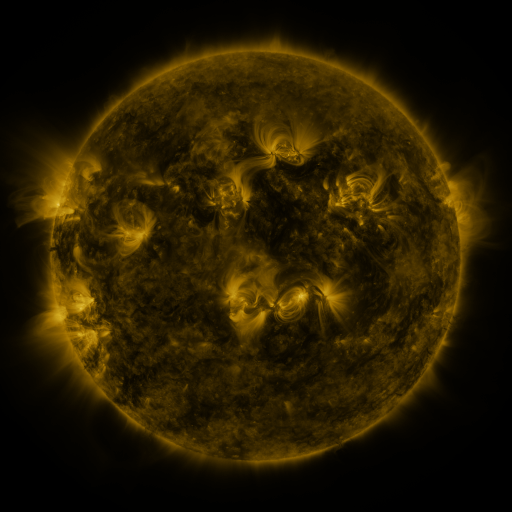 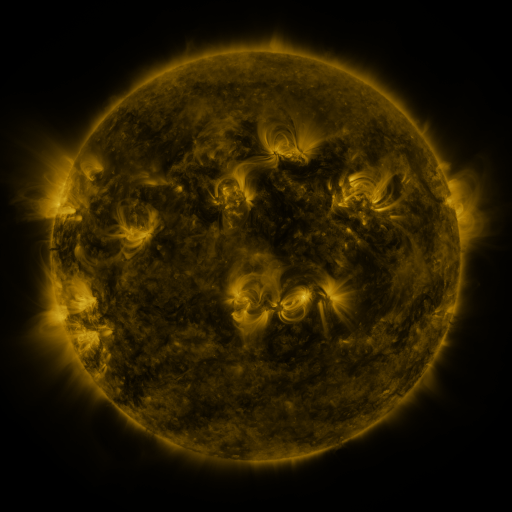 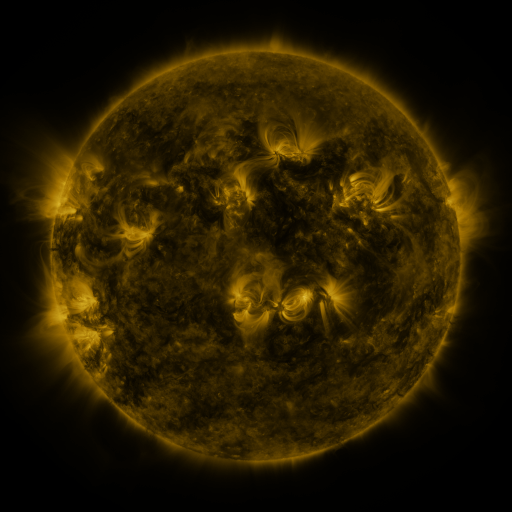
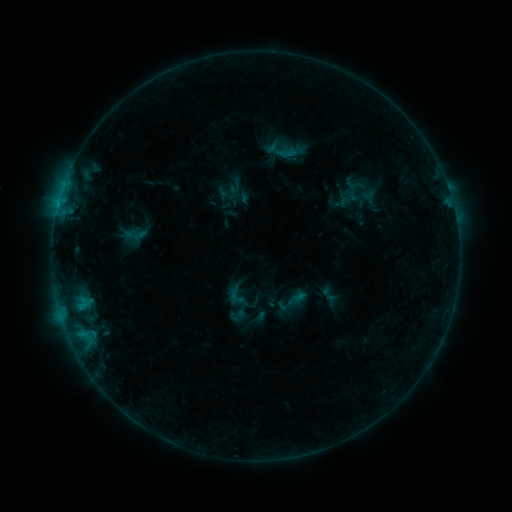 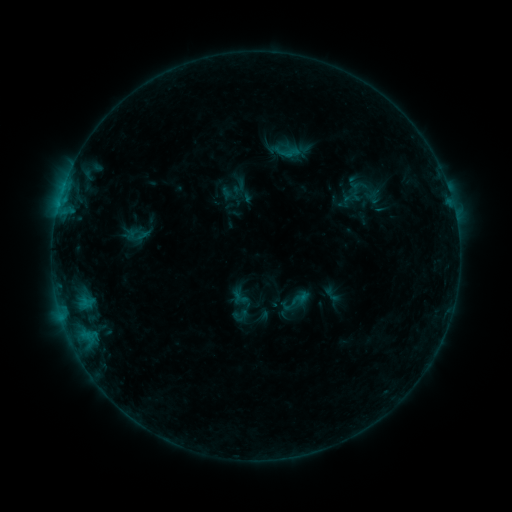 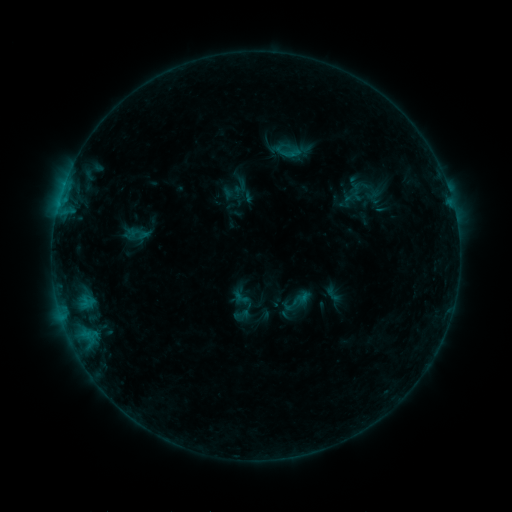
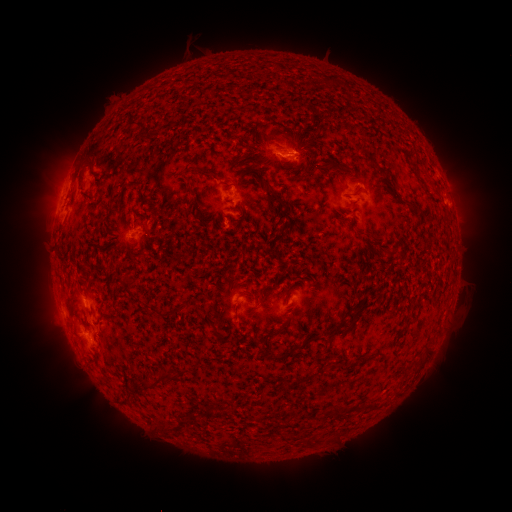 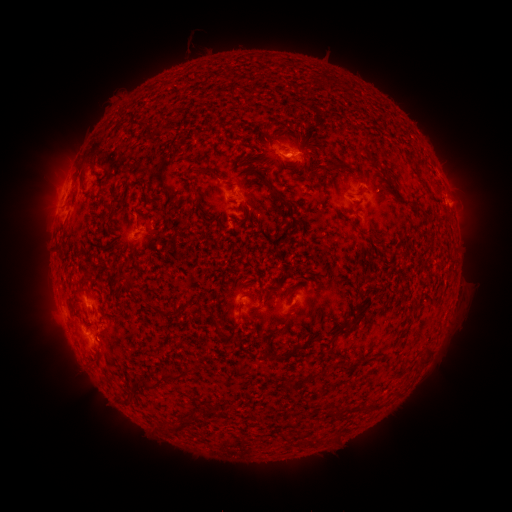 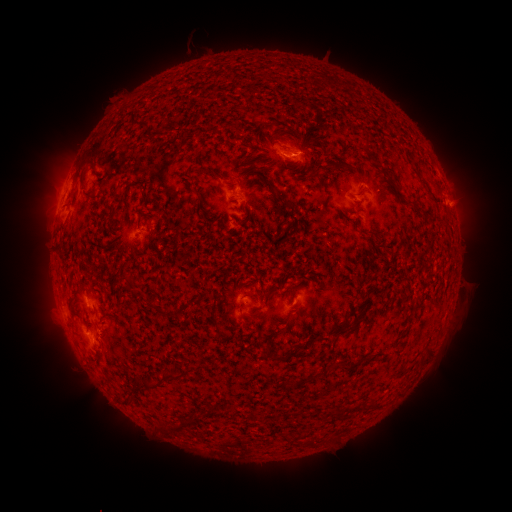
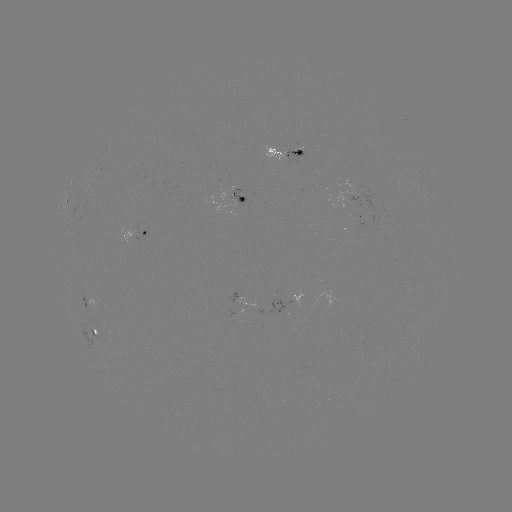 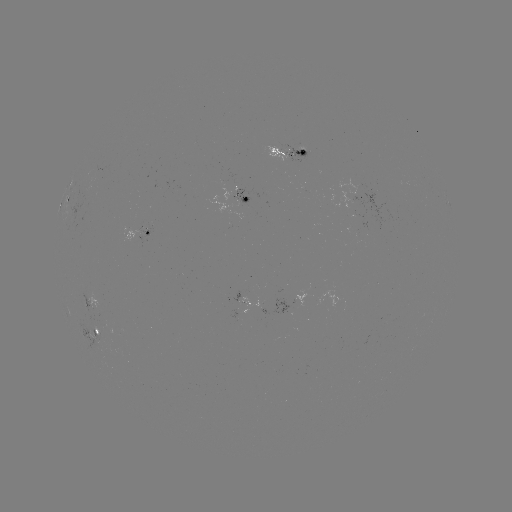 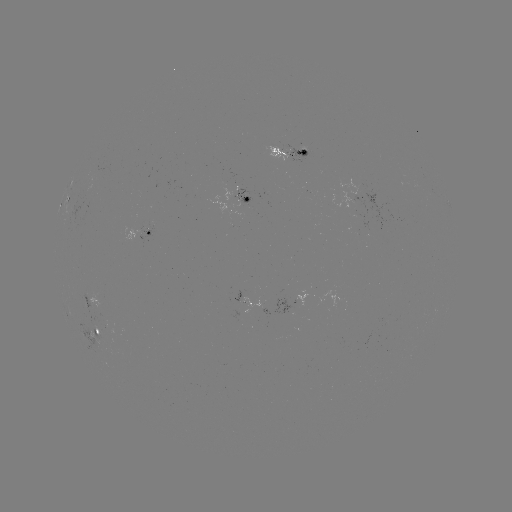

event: emerging-flux region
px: (89, 302)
